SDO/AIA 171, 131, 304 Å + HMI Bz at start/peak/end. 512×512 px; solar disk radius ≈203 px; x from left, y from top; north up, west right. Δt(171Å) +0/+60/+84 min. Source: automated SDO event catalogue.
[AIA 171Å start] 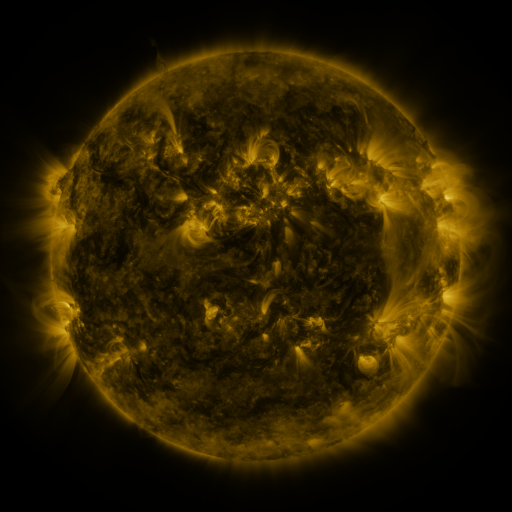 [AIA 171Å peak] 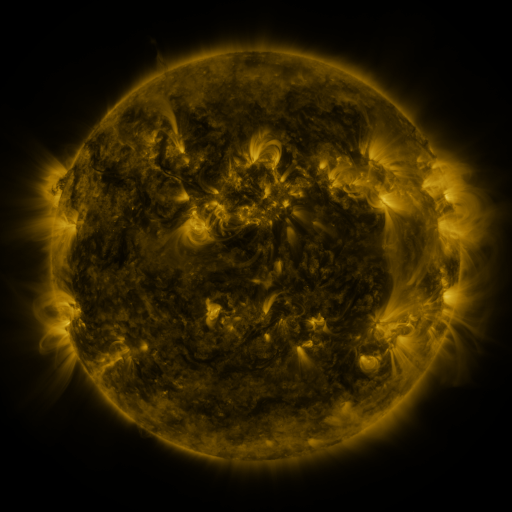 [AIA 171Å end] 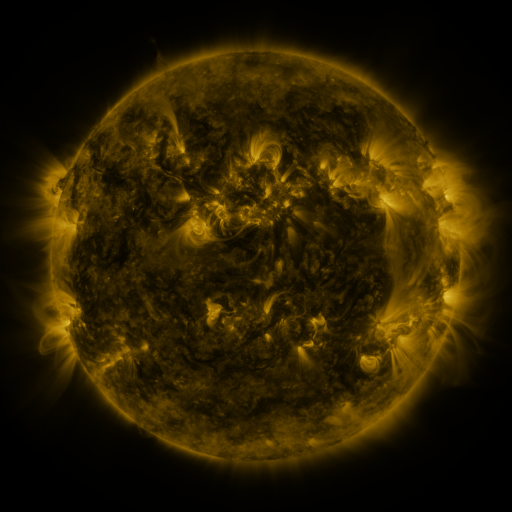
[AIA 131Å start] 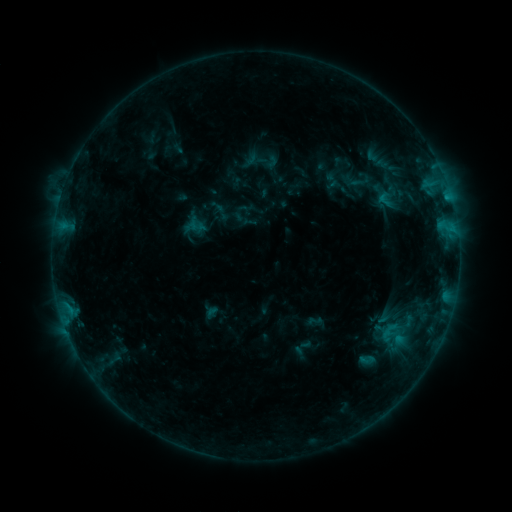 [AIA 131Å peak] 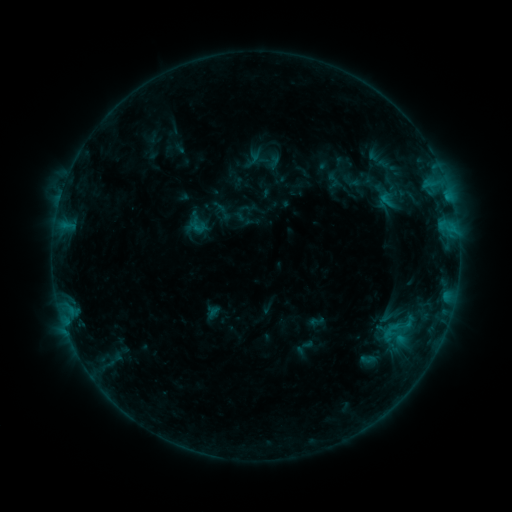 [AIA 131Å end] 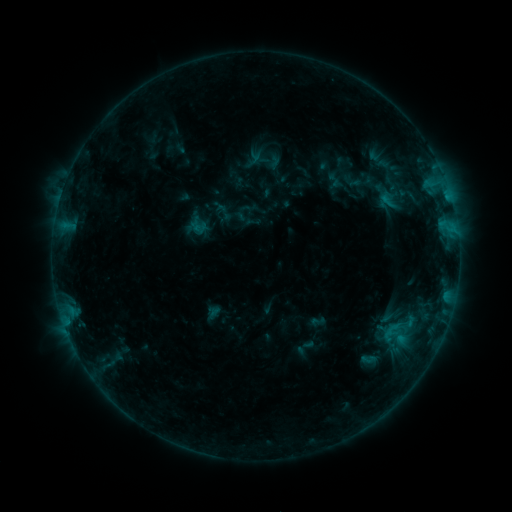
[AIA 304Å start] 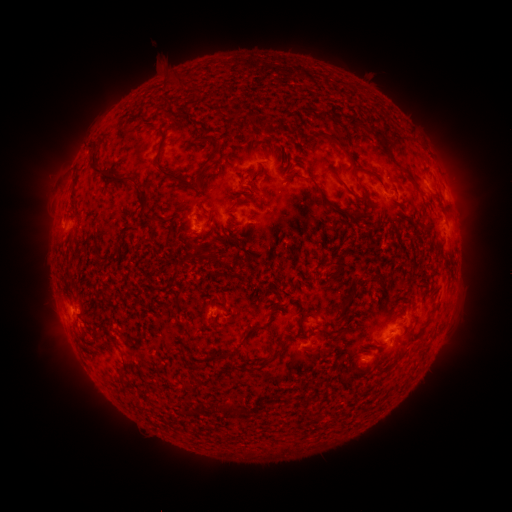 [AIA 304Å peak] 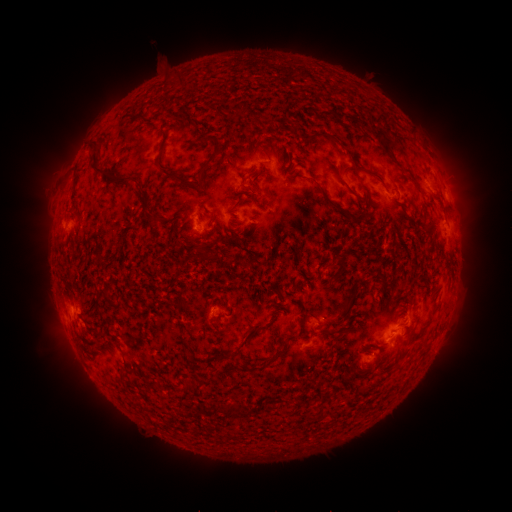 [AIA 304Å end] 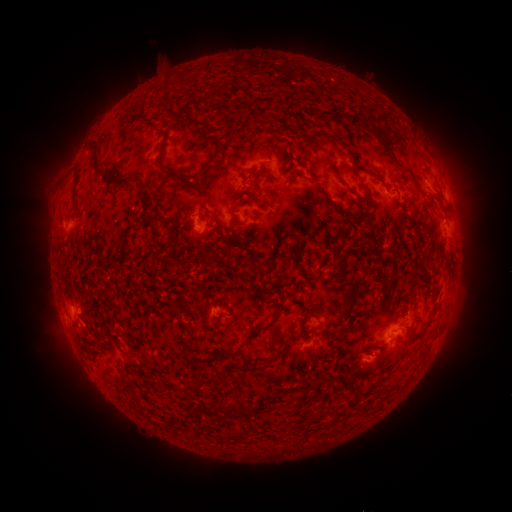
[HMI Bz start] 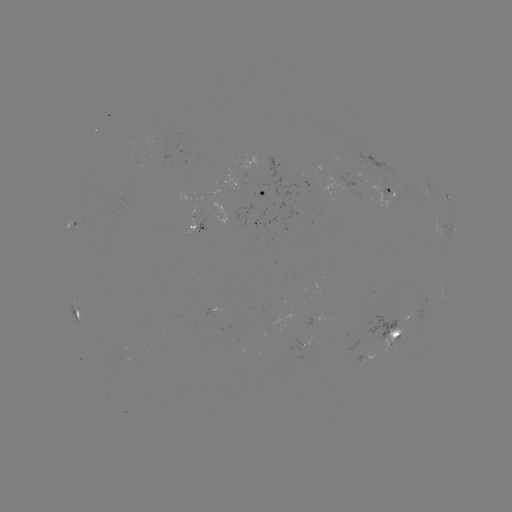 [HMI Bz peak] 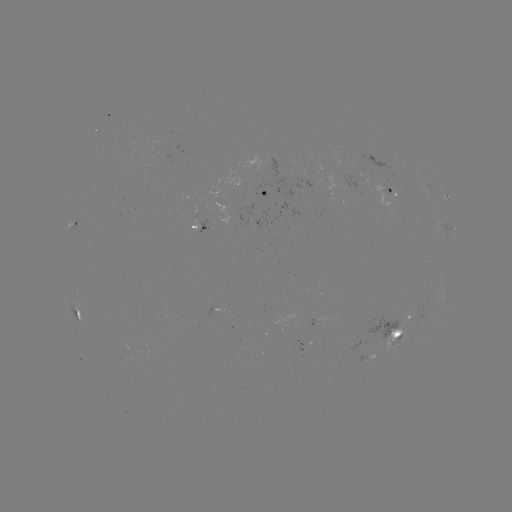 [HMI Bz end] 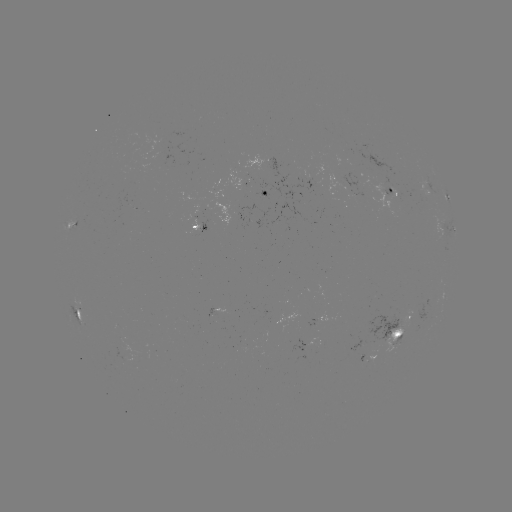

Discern emerging-flux region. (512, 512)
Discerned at [390, 337].